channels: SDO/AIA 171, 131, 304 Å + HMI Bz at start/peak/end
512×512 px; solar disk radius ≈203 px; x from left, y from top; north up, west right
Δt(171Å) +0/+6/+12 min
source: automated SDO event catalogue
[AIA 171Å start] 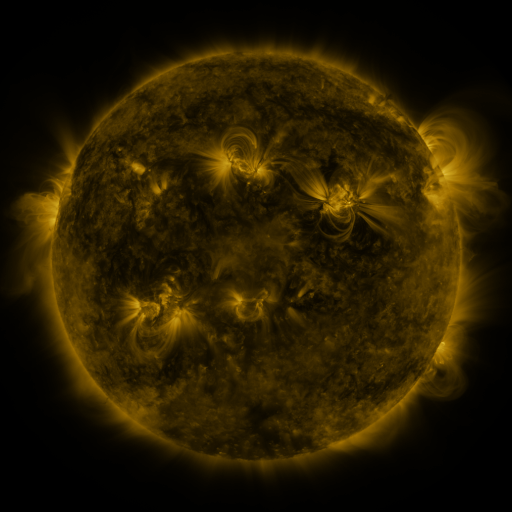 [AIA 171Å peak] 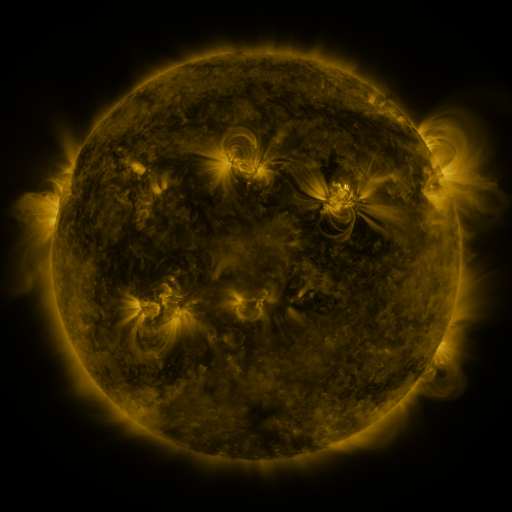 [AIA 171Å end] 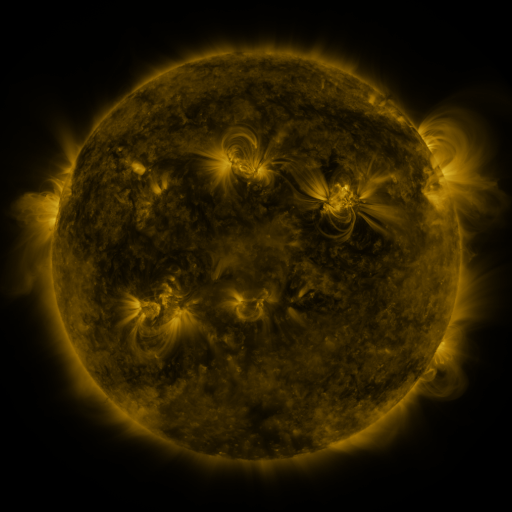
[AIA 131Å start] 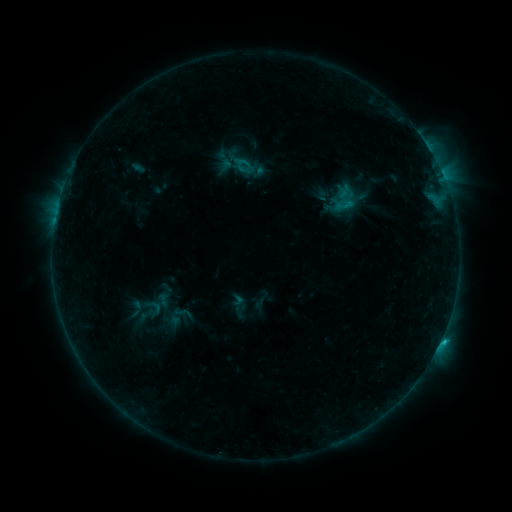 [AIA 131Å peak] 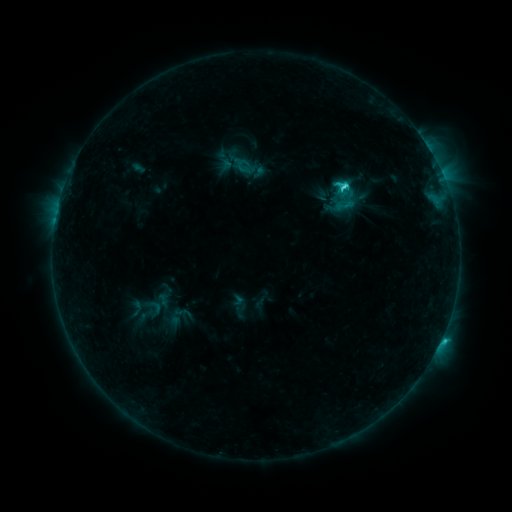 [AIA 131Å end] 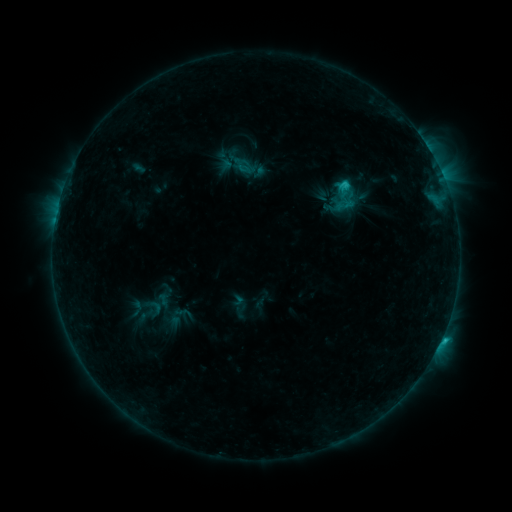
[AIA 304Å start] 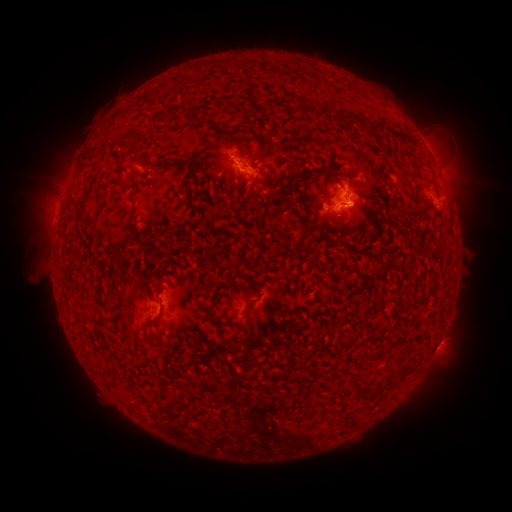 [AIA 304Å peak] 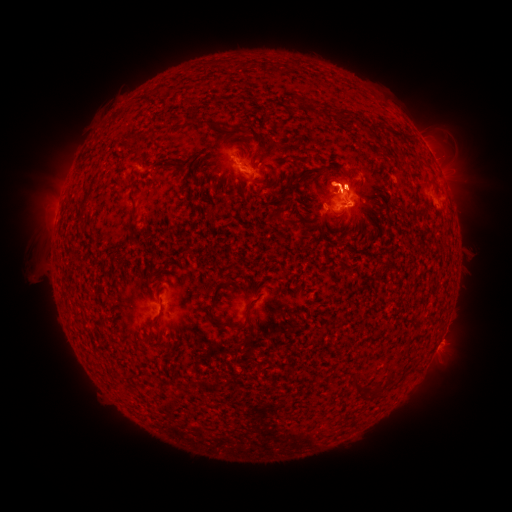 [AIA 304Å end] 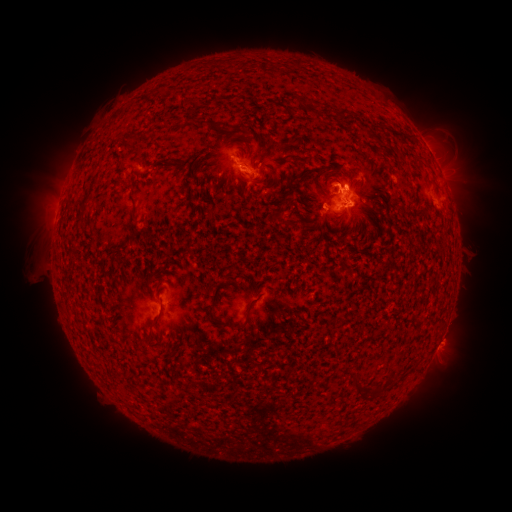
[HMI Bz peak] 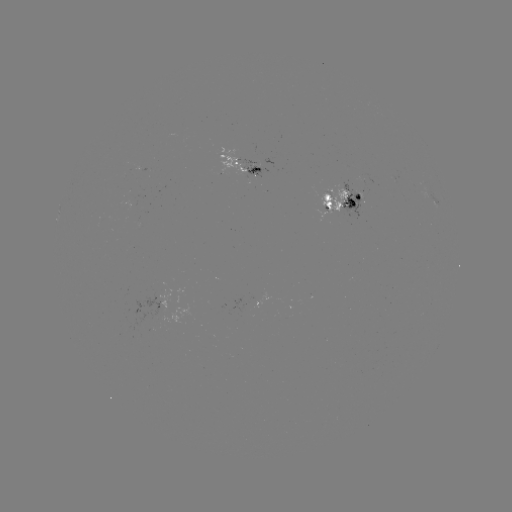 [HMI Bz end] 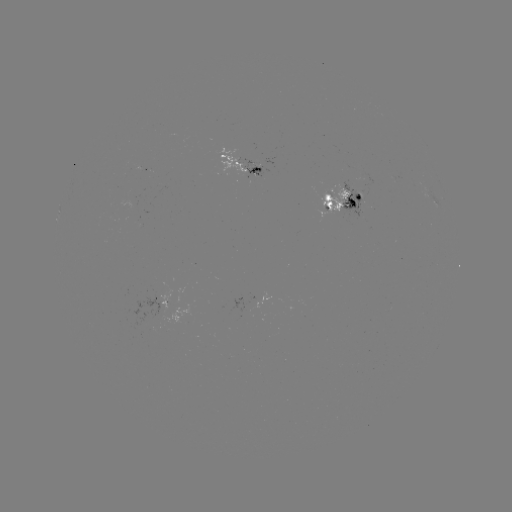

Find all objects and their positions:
C2.8 flare: (343, 188)
